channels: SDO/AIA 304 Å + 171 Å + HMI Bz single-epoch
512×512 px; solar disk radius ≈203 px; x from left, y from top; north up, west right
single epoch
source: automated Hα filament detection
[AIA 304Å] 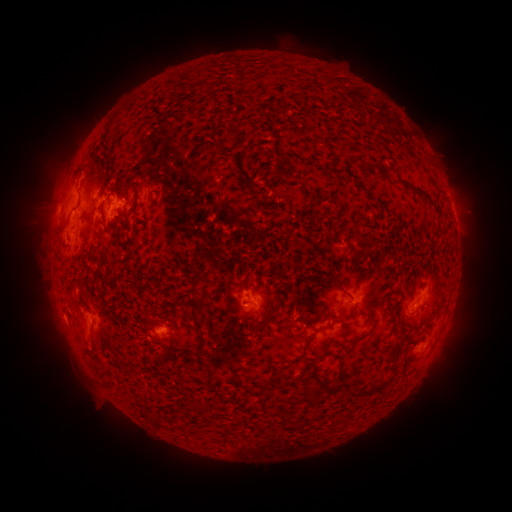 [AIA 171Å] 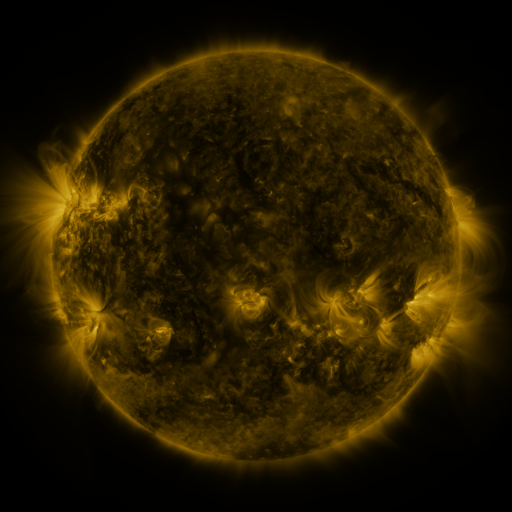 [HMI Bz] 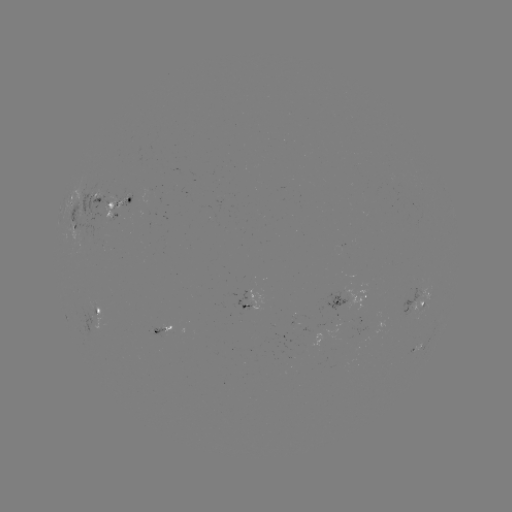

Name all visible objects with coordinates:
filament: (240, 146)
filament: (373, 167)
filament: (148, 179)
filament: (417, 192)
filament: (332, 287)
filament: (200, 313)
filament: (398, 346)
filament: (301, 353)
filament: (381, 387)
filament: (363, 393)
